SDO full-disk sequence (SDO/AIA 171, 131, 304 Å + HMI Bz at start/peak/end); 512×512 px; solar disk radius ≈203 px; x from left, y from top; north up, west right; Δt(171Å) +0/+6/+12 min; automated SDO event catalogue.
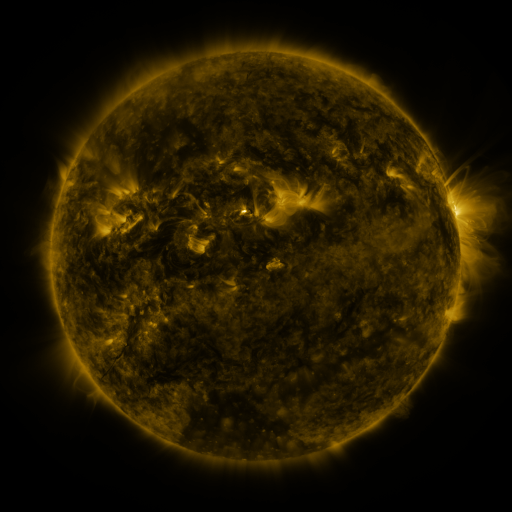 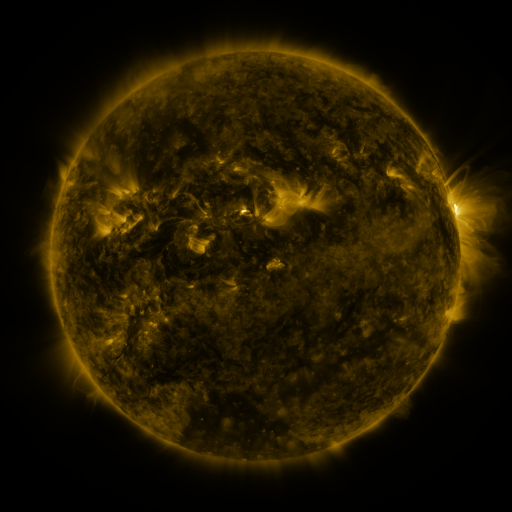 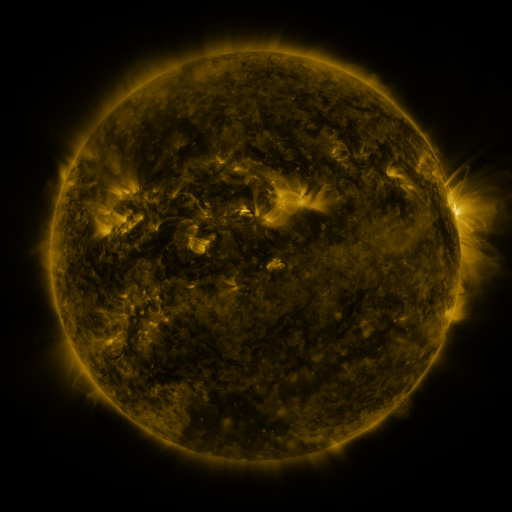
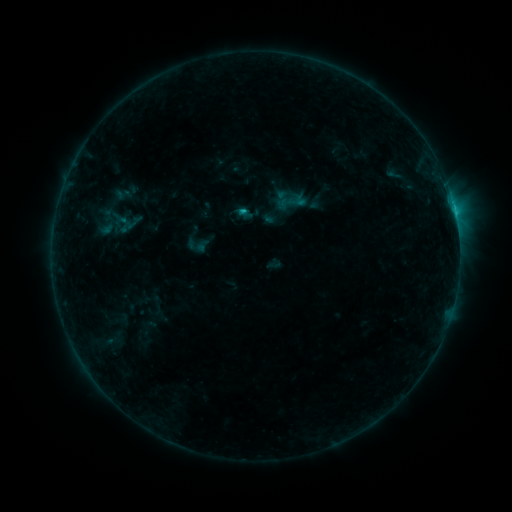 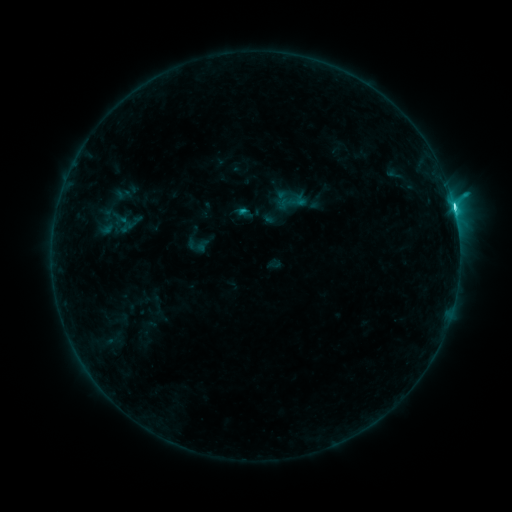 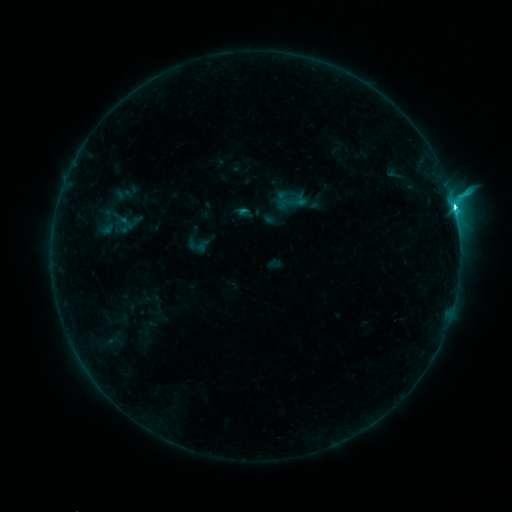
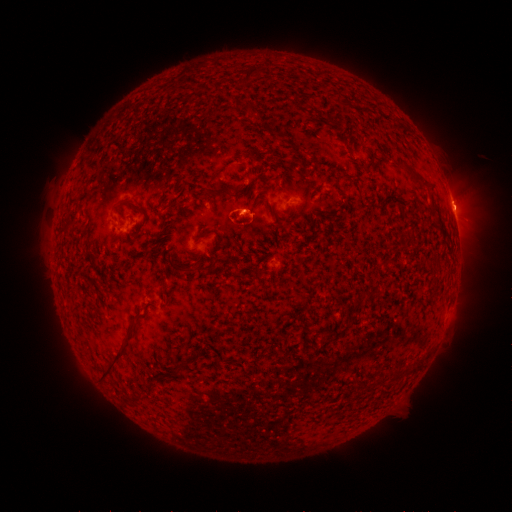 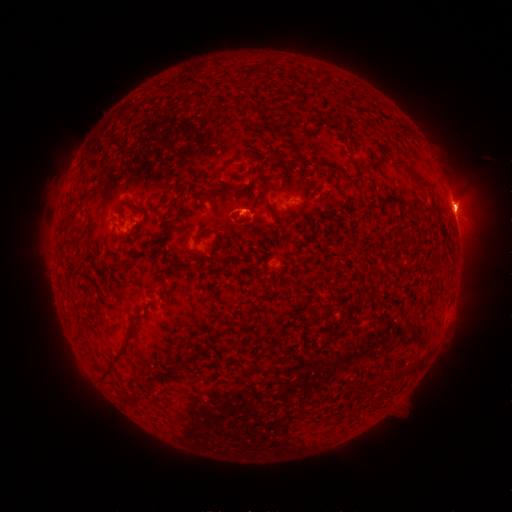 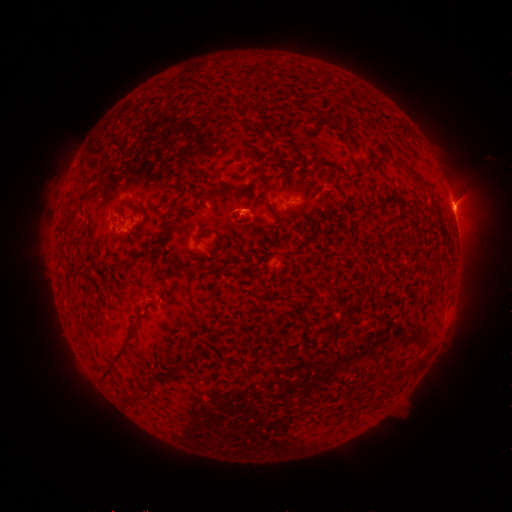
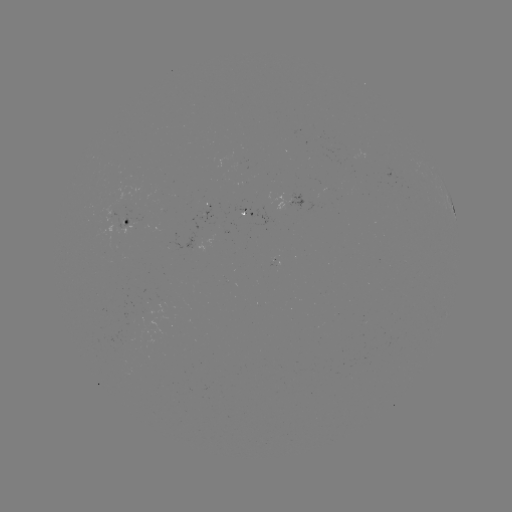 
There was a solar flare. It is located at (453, 209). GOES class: C7.4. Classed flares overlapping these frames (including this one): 1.